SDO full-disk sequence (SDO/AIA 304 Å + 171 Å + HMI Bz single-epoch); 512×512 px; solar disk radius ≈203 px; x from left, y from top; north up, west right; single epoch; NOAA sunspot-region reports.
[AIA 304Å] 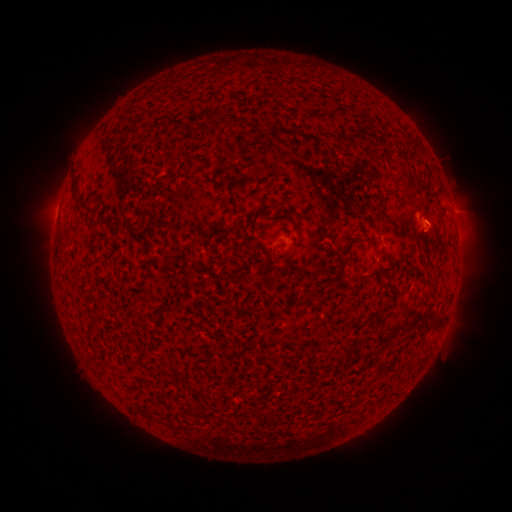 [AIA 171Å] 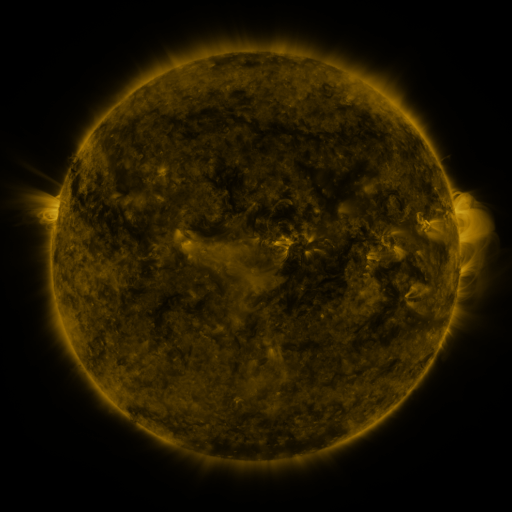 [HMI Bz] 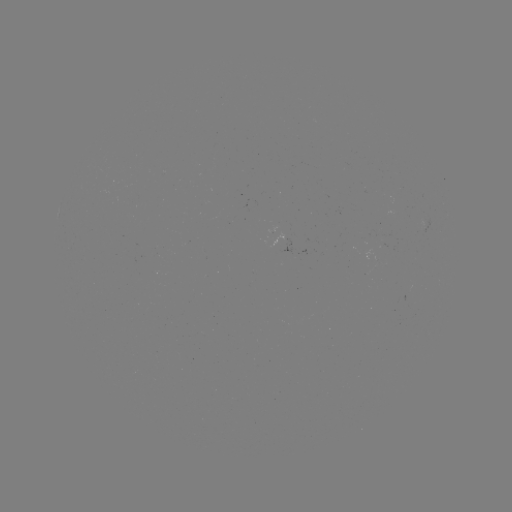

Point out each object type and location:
(none)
